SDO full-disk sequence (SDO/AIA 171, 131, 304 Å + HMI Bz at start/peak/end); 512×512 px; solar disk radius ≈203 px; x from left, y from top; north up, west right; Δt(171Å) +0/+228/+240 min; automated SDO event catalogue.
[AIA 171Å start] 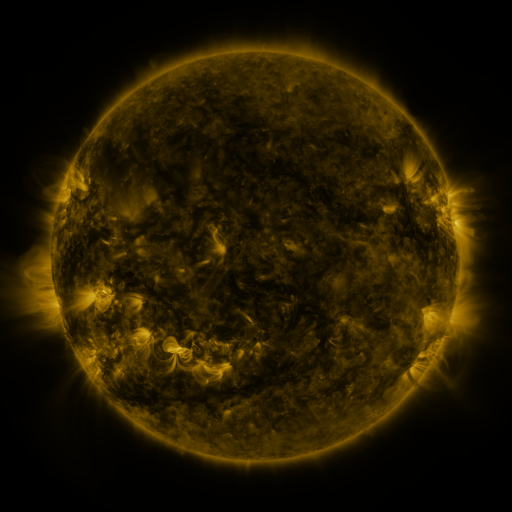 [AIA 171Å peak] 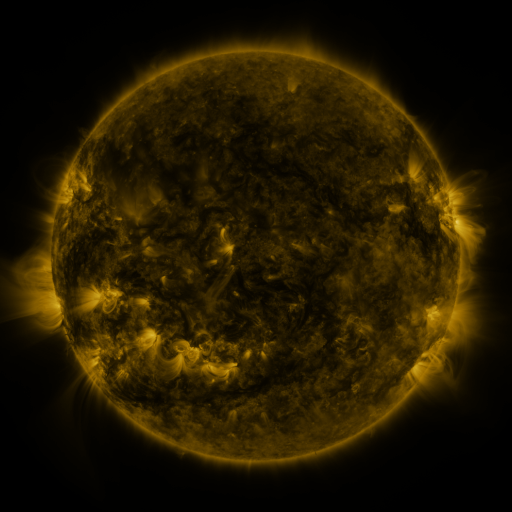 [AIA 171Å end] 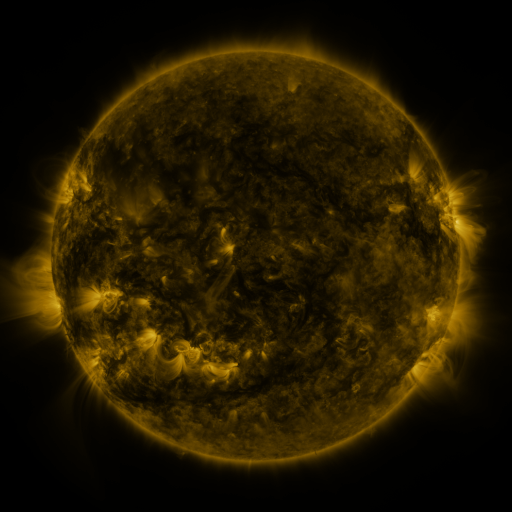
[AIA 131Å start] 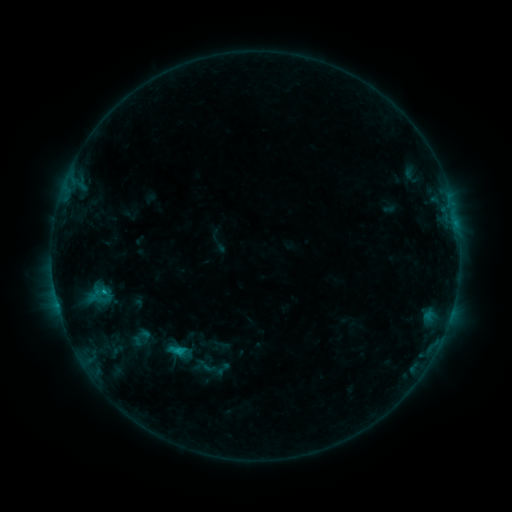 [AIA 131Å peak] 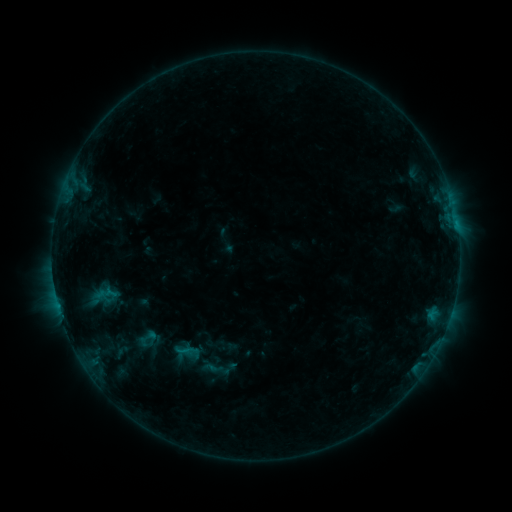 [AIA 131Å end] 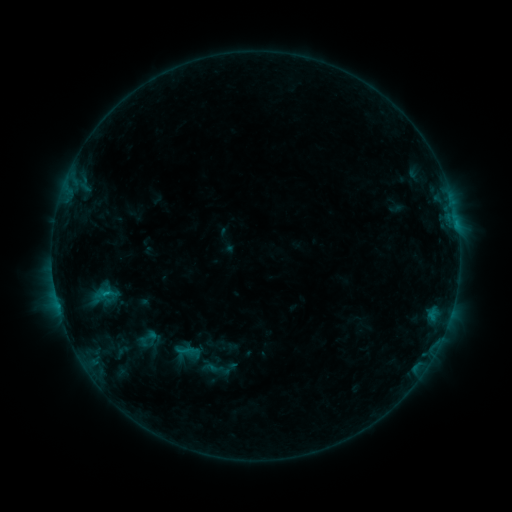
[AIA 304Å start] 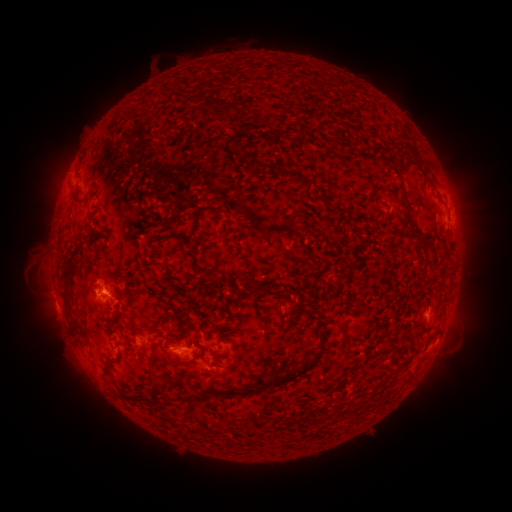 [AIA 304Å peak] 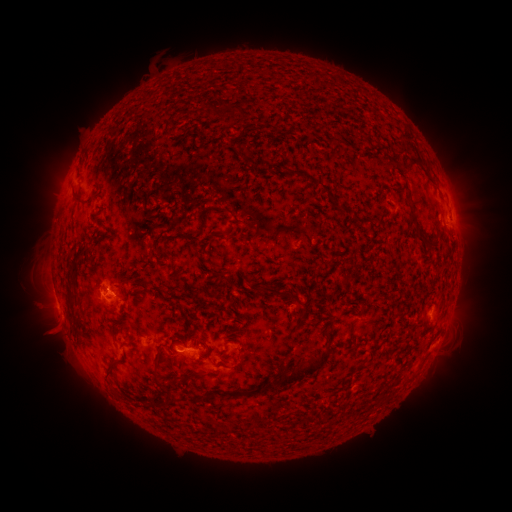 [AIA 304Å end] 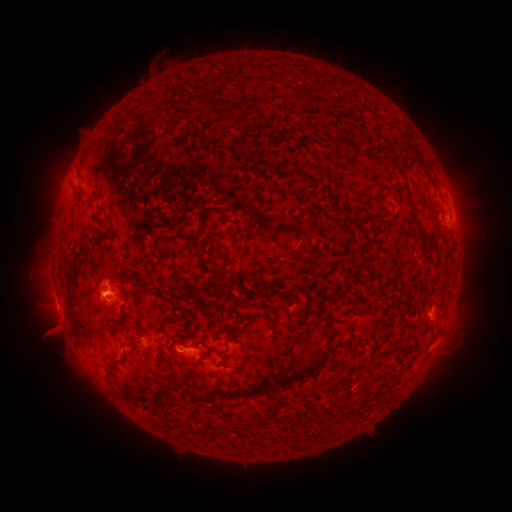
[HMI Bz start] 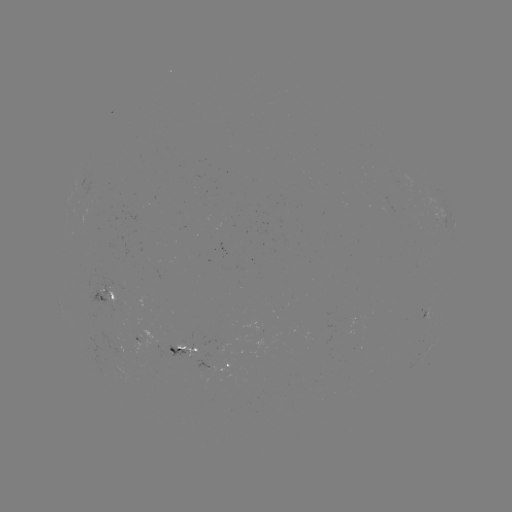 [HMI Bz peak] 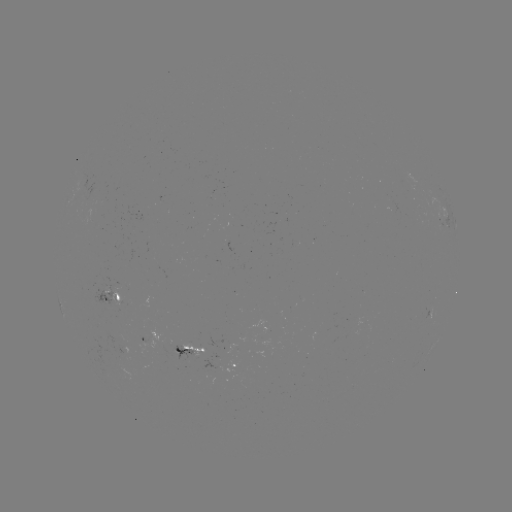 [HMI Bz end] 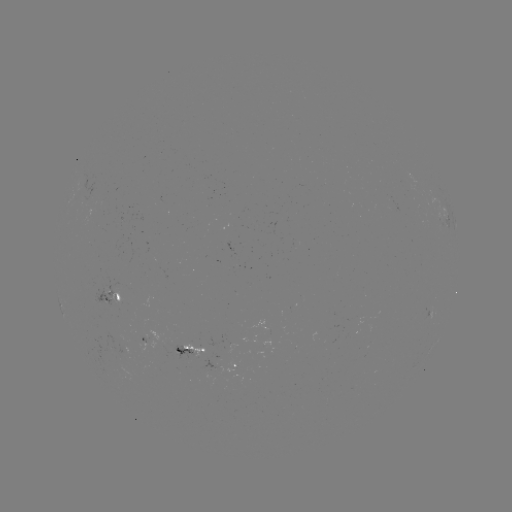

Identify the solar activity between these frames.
emerging-flux region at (195, 352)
